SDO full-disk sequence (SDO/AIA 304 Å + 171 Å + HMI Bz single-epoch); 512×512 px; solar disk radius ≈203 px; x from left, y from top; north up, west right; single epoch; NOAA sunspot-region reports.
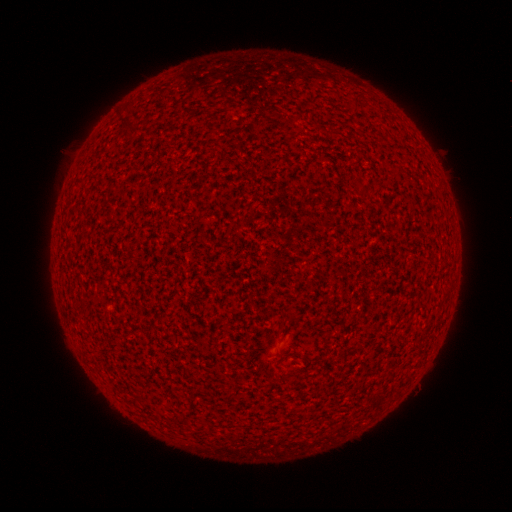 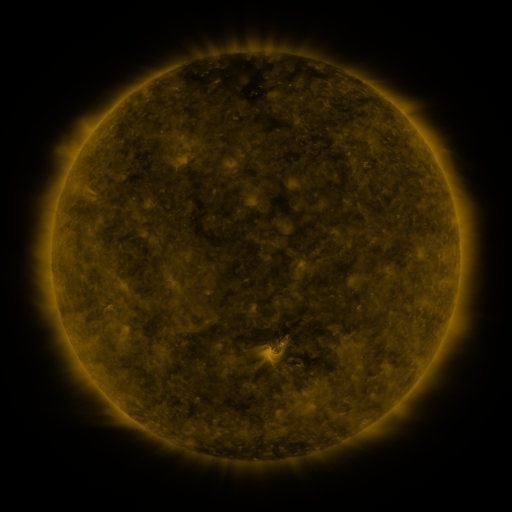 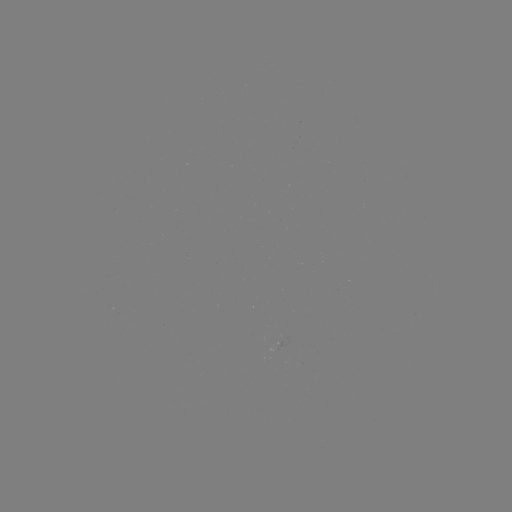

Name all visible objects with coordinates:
(none)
